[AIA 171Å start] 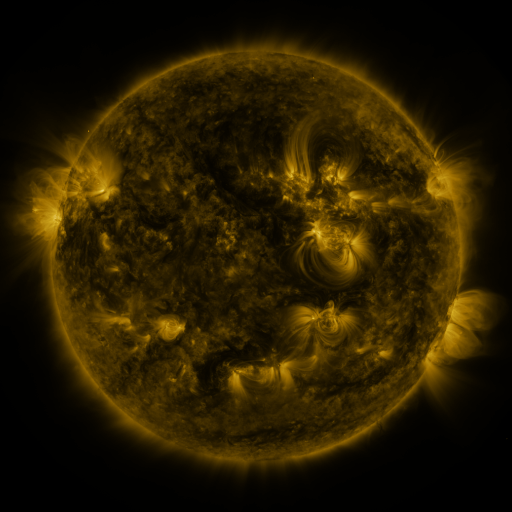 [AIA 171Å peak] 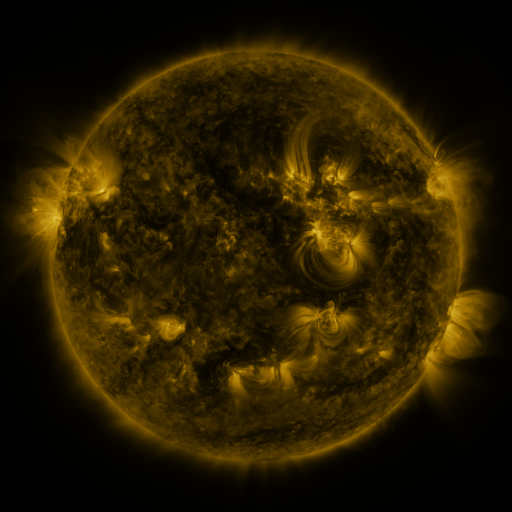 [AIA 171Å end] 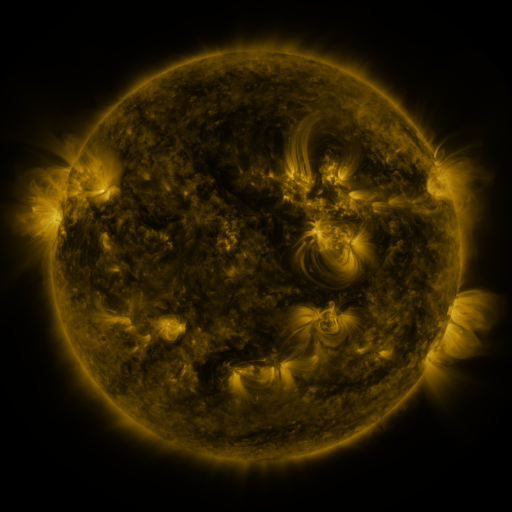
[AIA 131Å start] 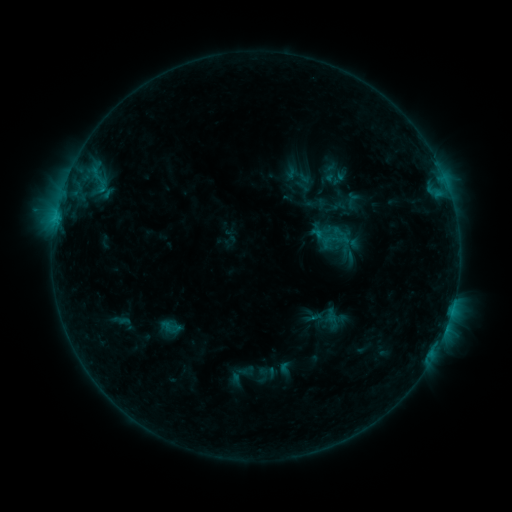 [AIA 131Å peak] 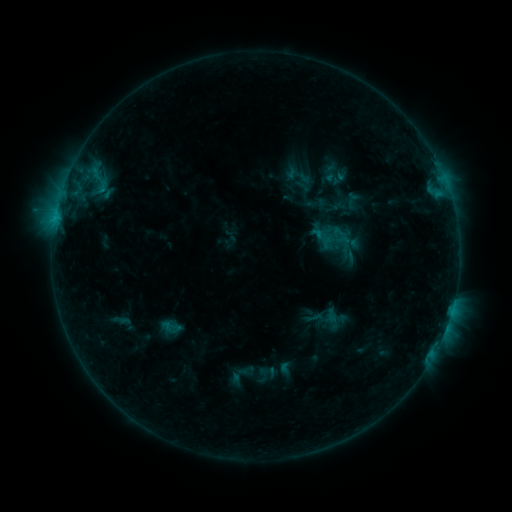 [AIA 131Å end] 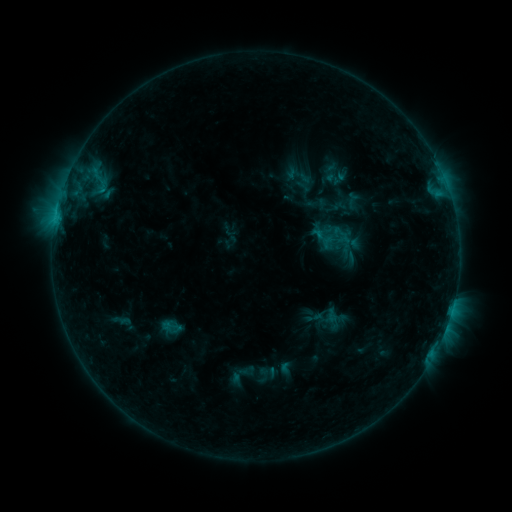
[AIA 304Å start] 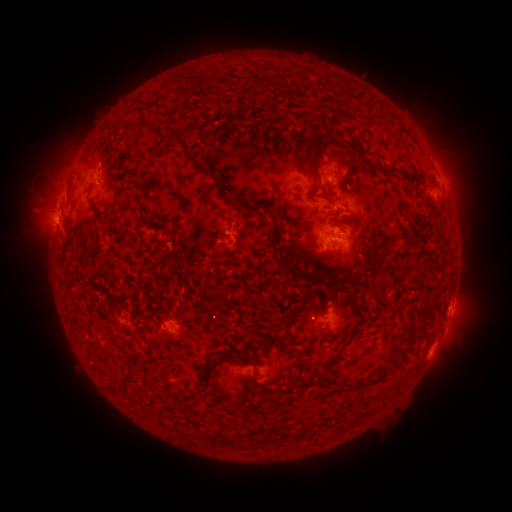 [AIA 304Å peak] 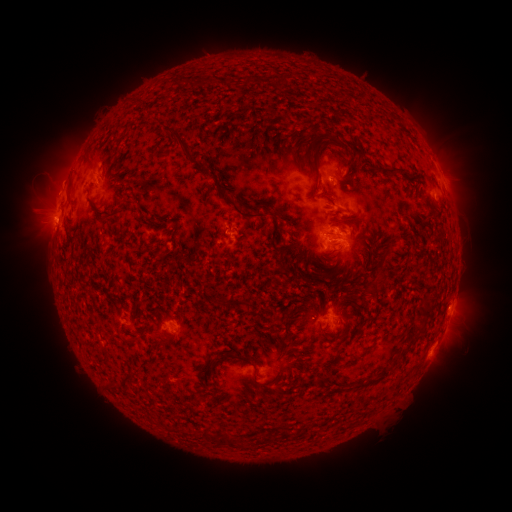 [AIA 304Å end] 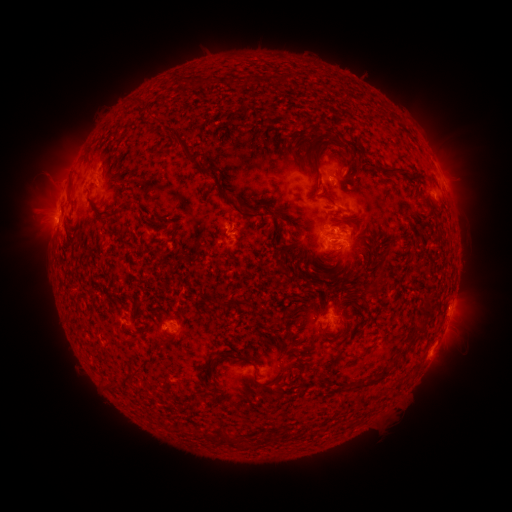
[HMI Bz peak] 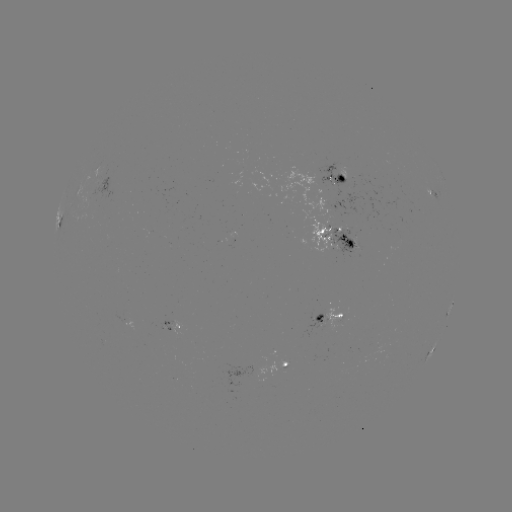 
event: eruption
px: (49, 195)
